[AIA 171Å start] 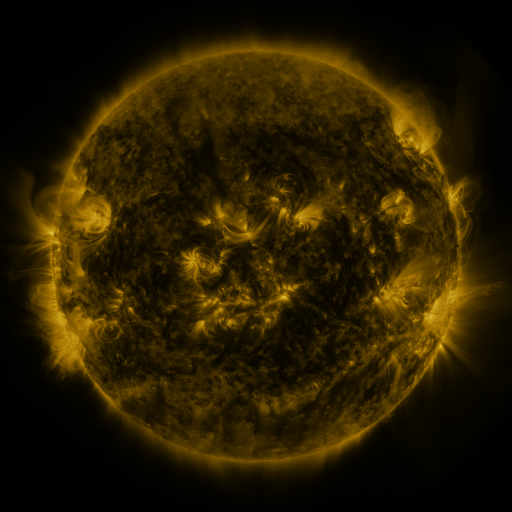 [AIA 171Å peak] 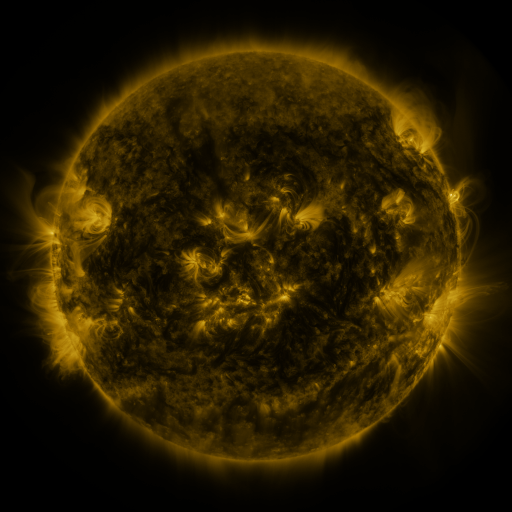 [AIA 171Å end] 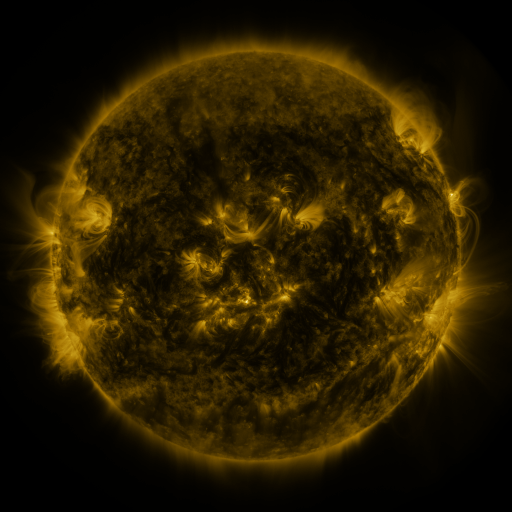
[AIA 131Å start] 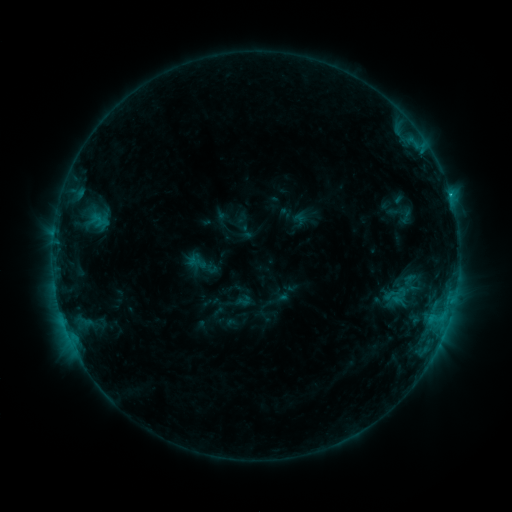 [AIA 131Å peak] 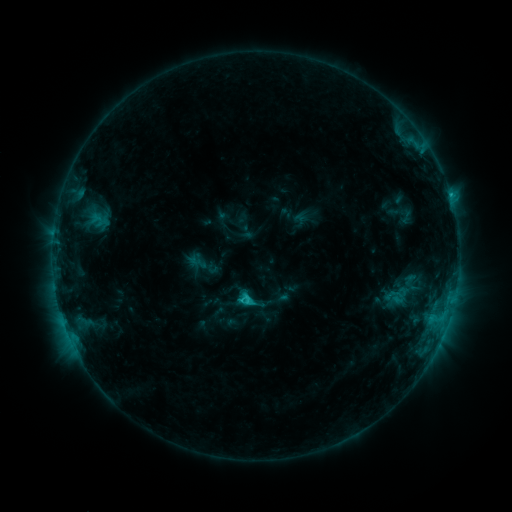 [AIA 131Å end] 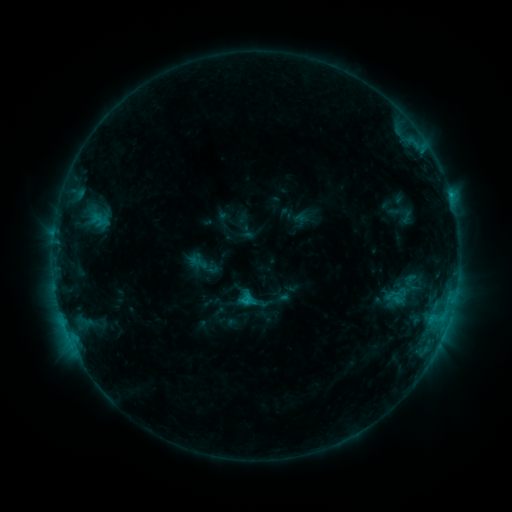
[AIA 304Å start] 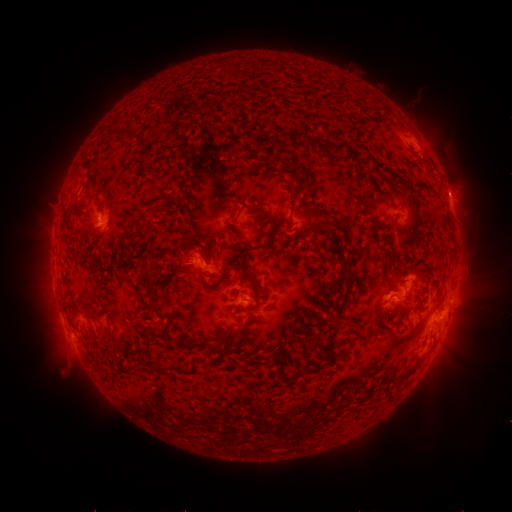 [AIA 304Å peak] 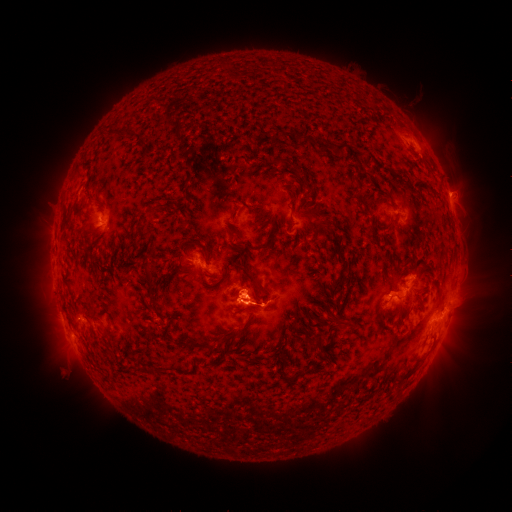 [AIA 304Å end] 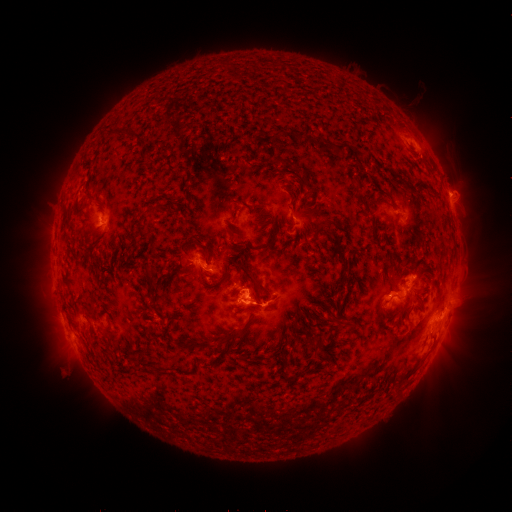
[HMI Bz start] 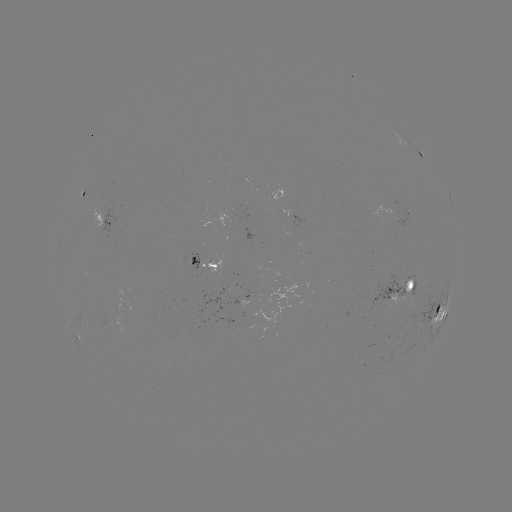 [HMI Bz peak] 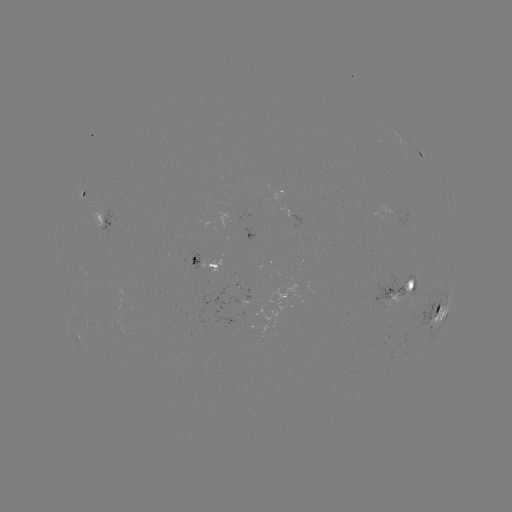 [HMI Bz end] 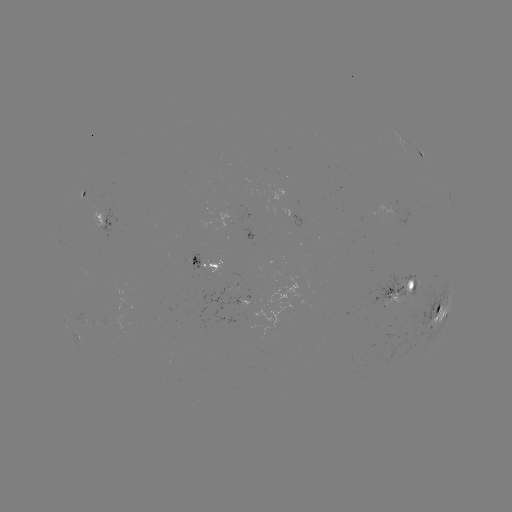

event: flare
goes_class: C2.1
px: (249, 302)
